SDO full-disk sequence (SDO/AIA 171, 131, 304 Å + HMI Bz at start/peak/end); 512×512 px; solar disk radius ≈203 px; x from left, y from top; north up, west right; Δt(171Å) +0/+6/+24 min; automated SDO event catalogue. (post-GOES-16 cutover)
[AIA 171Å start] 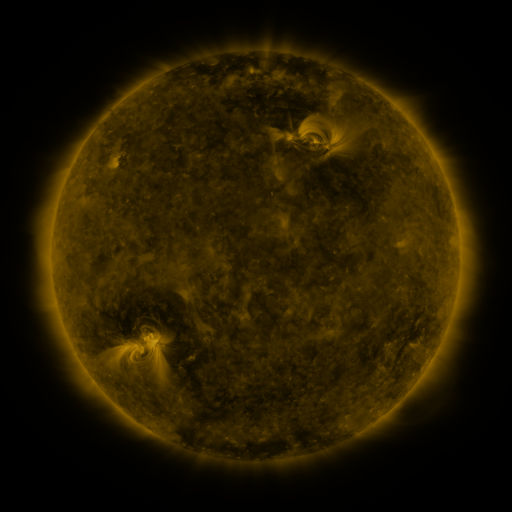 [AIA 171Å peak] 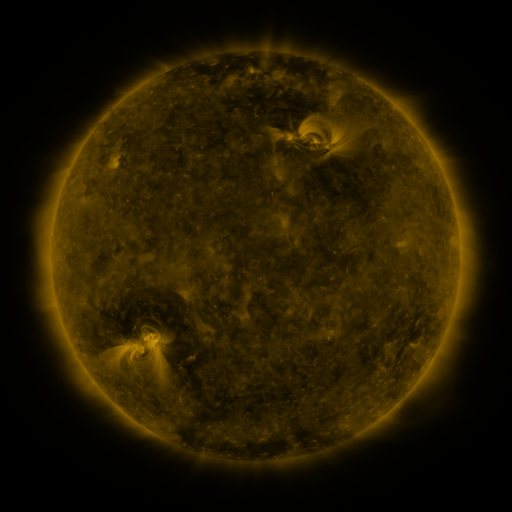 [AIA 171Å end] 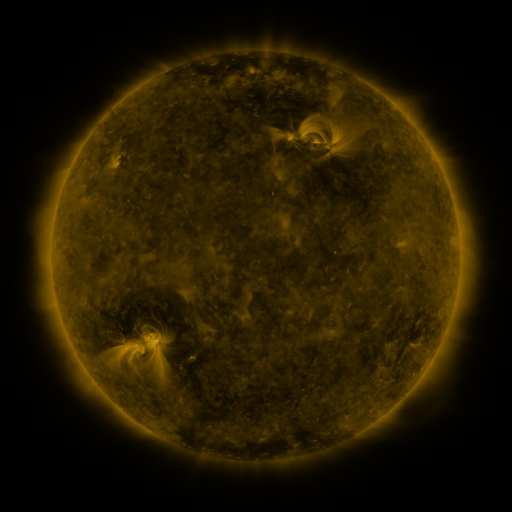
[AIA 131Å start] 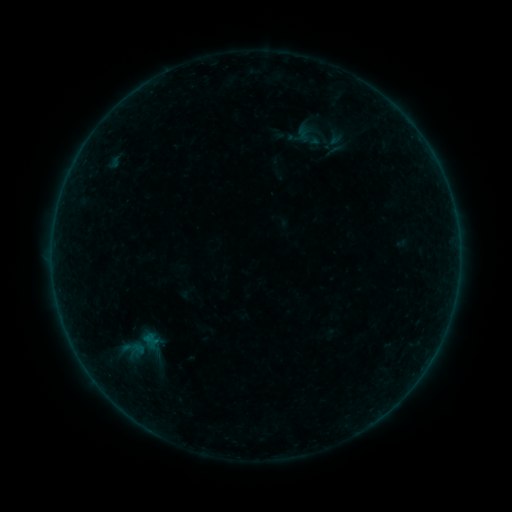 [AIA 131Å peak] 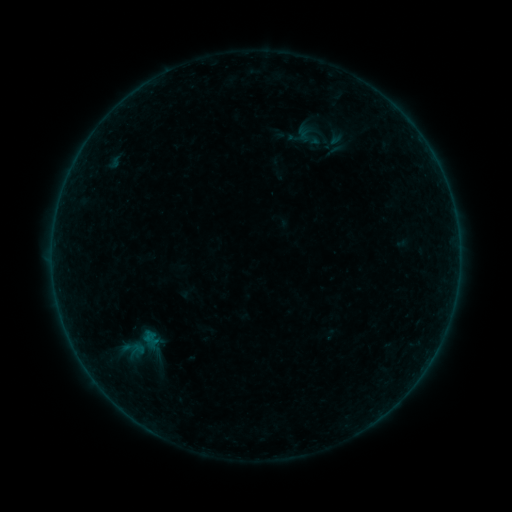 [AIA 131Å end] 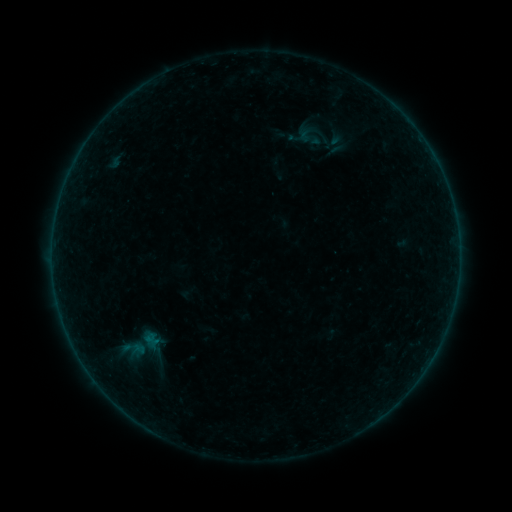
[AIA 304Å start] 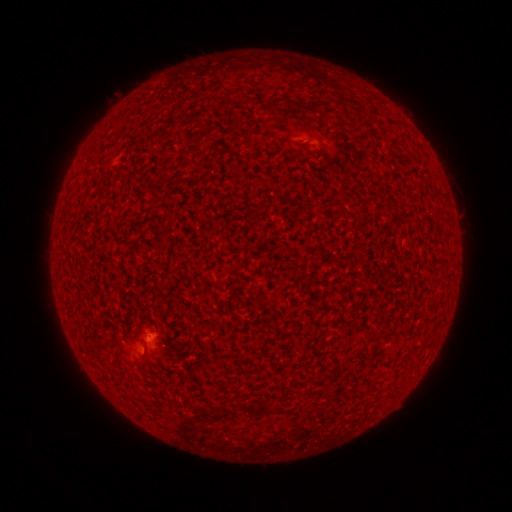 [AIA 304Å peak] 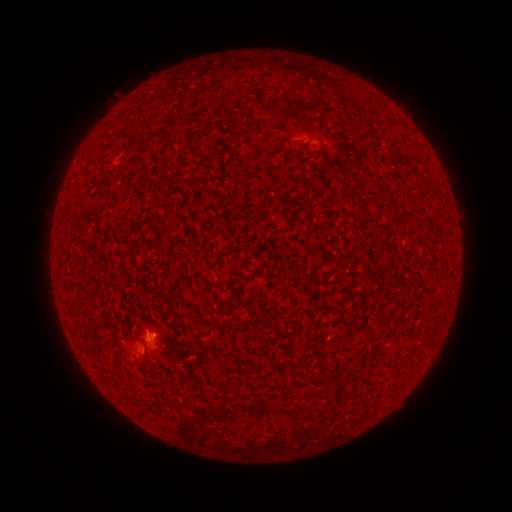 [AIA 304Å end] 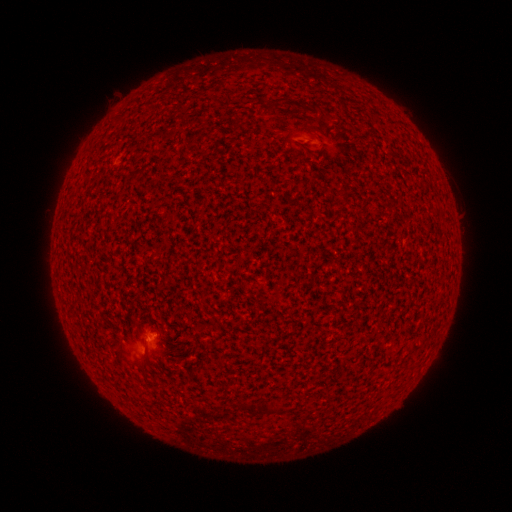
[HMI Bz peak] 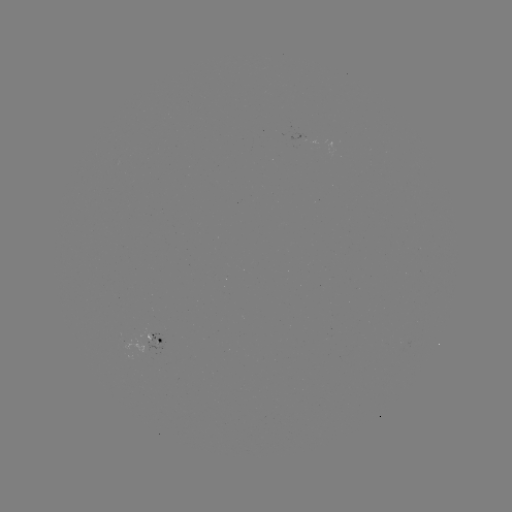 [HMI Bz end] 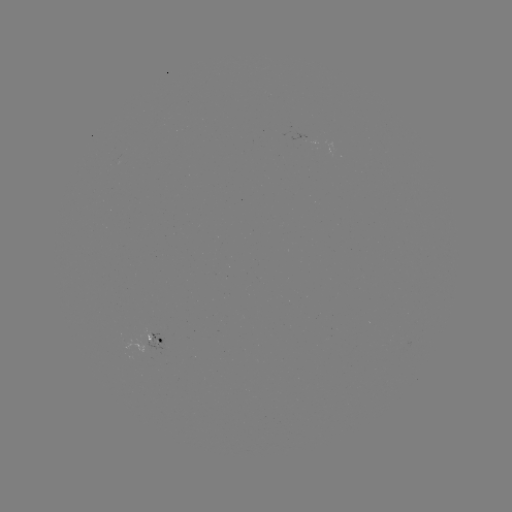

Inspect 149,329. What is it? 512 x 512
B1.0 flare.